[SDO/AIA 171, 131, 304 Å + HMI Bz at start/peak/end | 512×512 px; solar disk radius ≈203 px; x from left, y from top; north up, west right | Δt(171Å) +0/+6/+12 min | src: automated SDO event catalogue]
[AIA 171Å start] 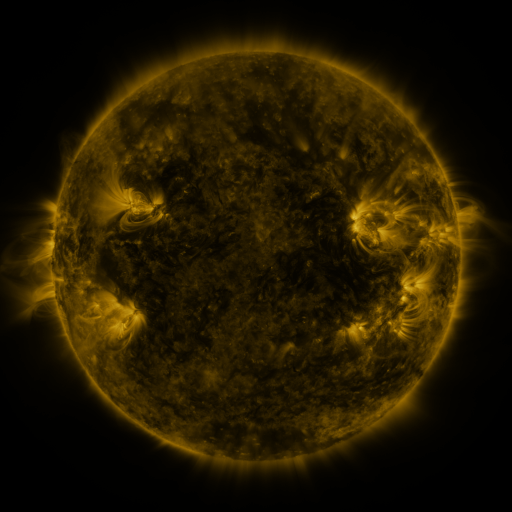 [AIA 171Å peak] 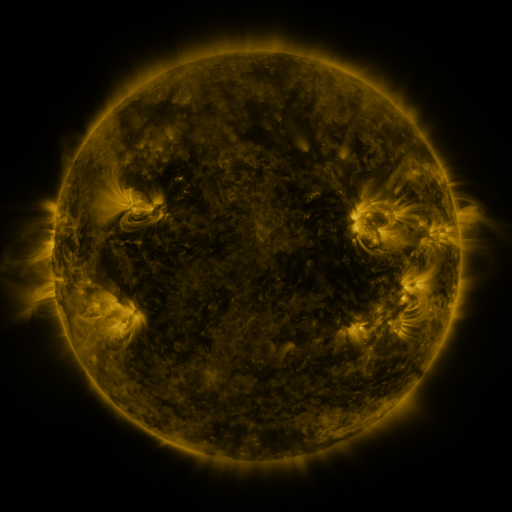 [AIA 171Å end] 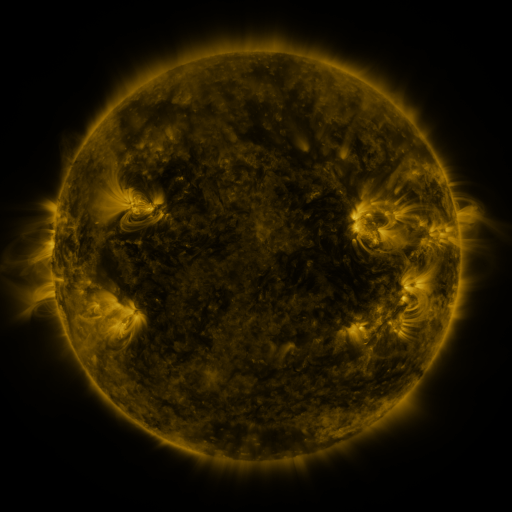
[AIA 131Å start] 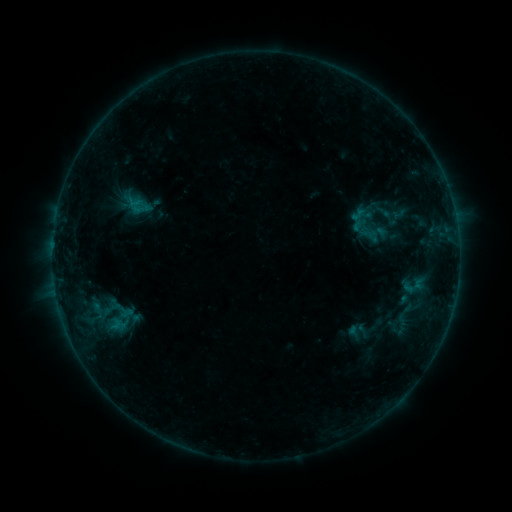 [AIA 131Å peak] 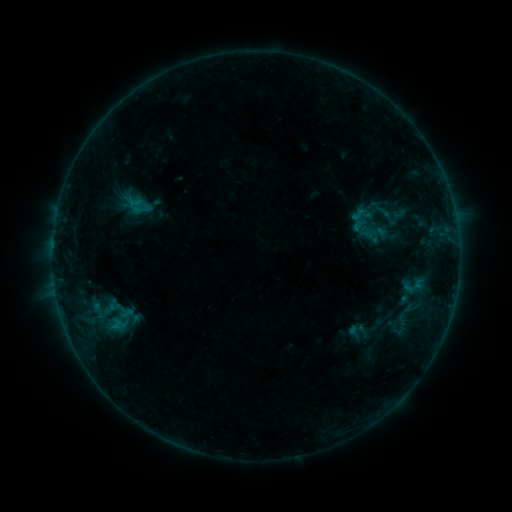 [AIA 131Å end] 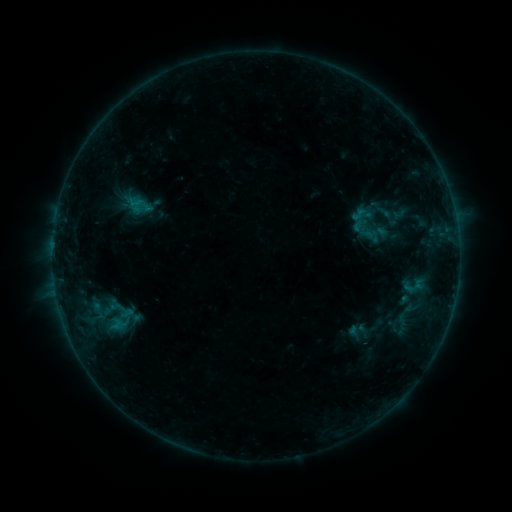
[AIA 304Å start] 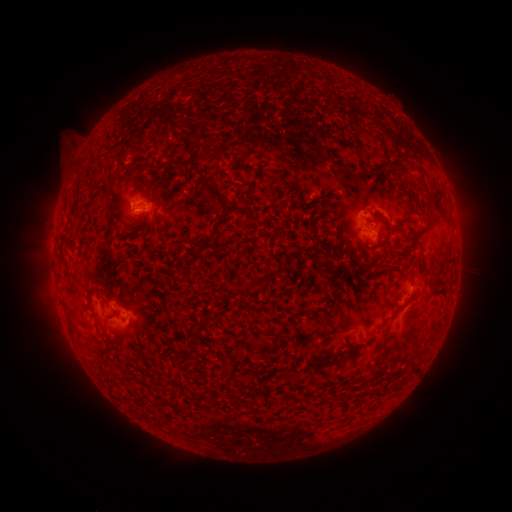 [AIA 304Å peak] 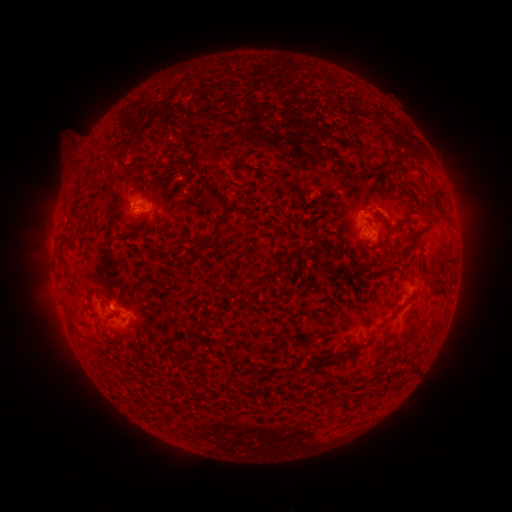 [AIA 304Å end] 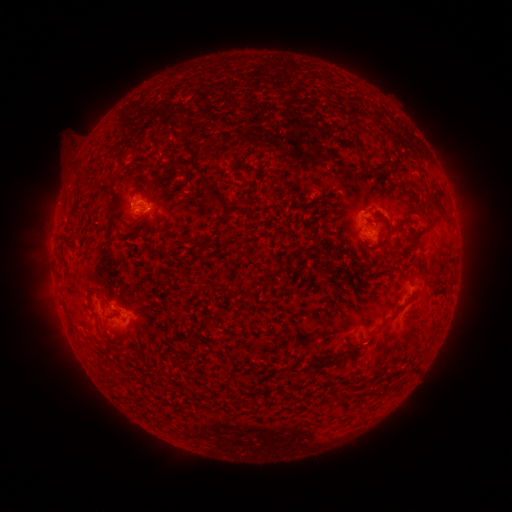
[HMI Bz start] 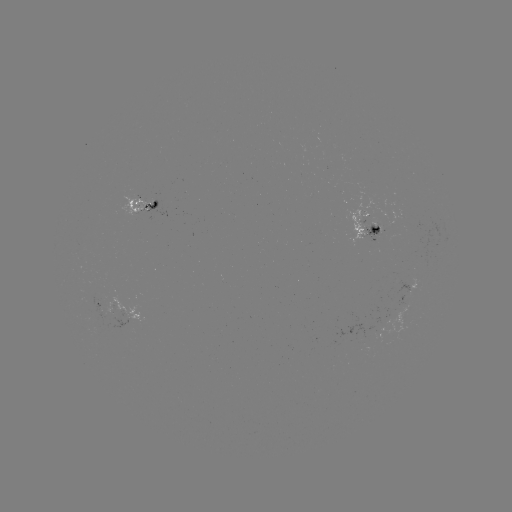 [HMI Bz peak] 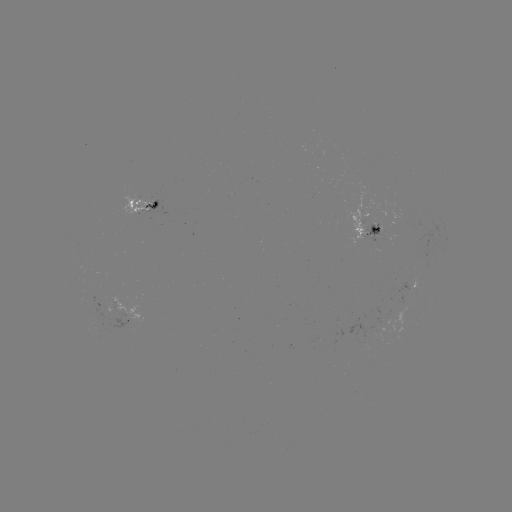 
no flare in any classed list; no EUV-trigger detection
